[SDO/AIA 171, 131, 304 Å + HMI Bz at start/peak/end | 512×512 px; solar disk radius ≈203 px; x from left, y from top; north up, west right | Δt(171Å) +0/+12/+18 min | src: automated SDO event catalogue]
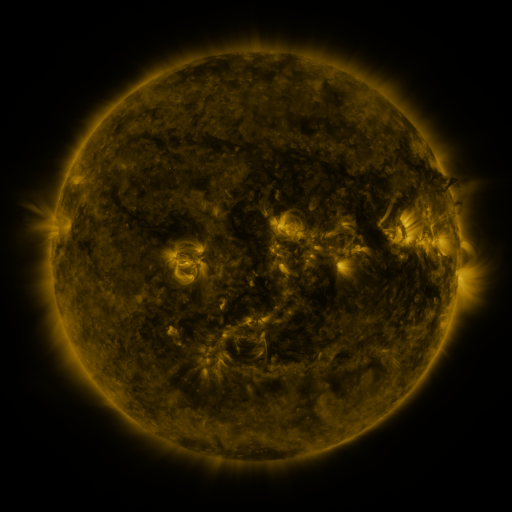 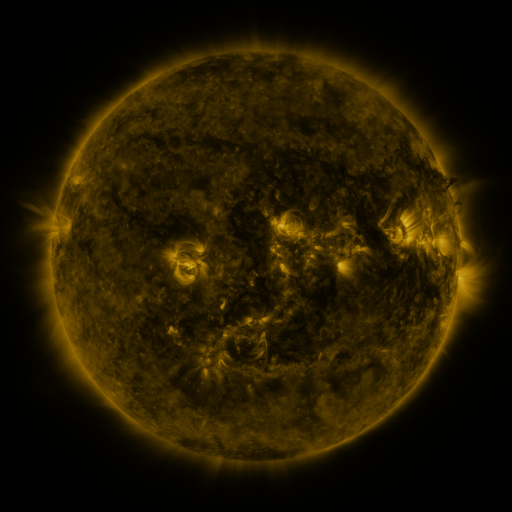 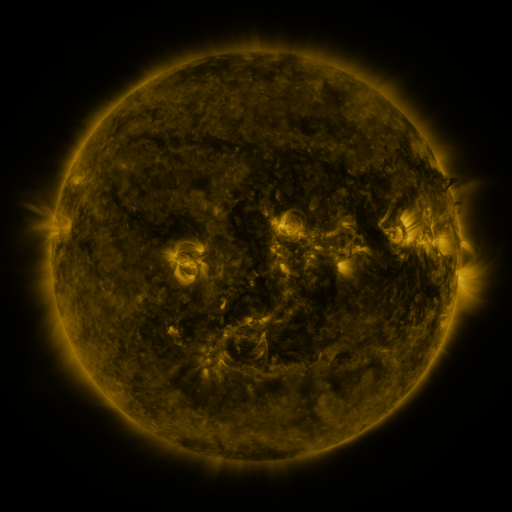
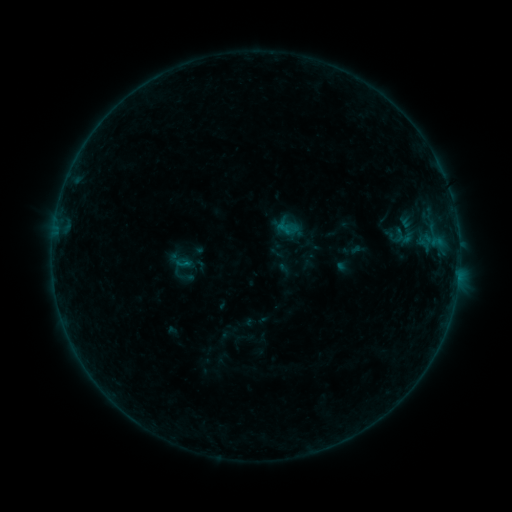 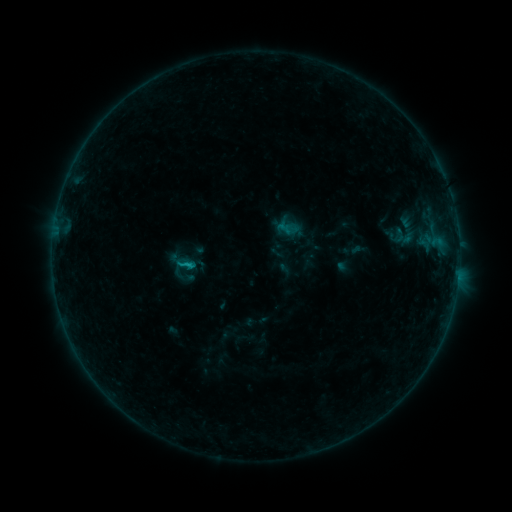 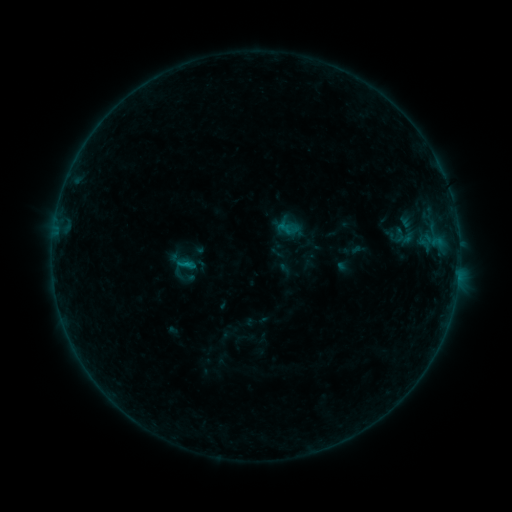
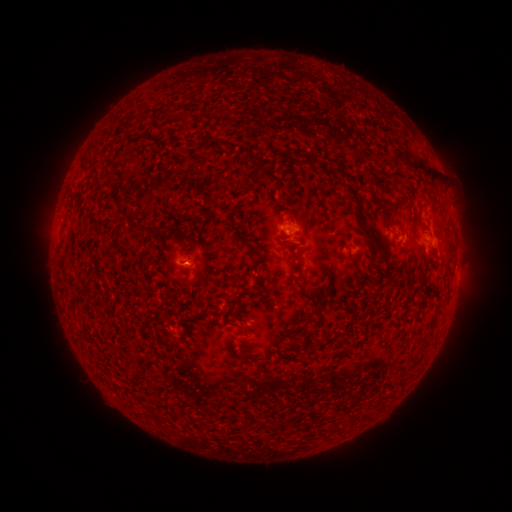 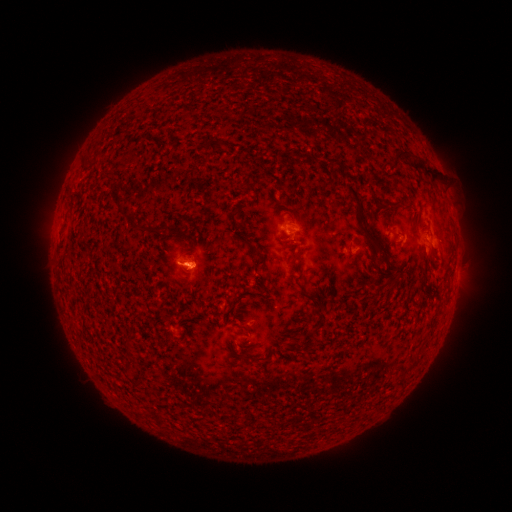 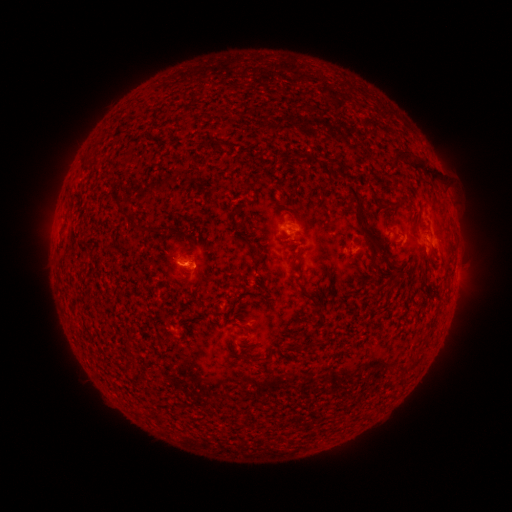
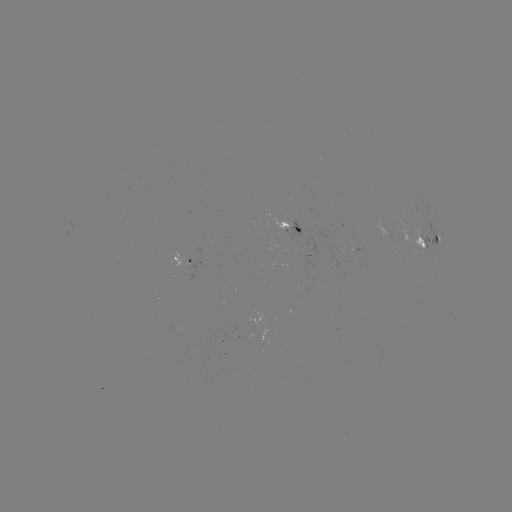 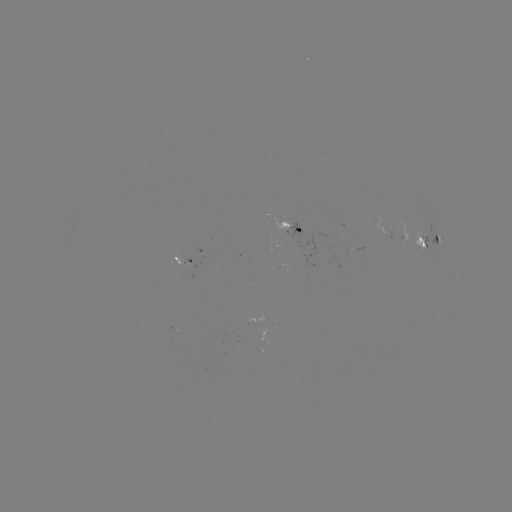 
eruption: <bbox>146, 243, 217, 299</bbox>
